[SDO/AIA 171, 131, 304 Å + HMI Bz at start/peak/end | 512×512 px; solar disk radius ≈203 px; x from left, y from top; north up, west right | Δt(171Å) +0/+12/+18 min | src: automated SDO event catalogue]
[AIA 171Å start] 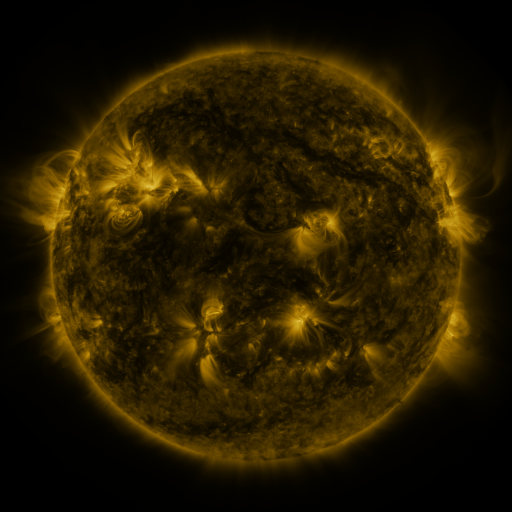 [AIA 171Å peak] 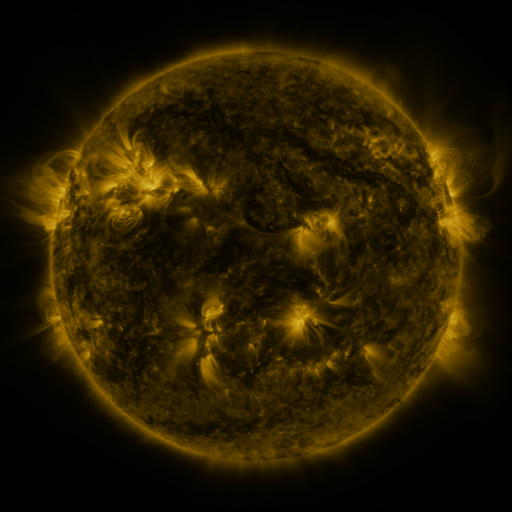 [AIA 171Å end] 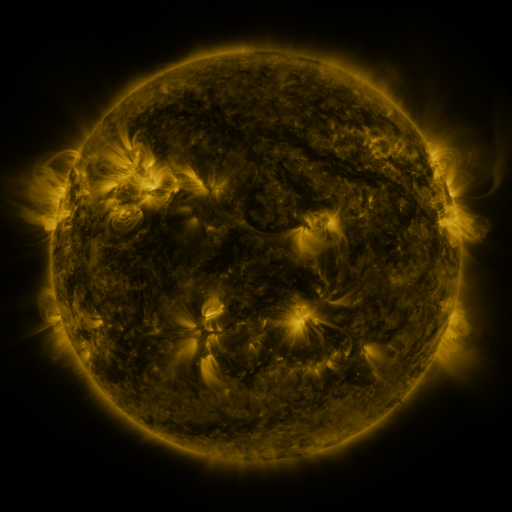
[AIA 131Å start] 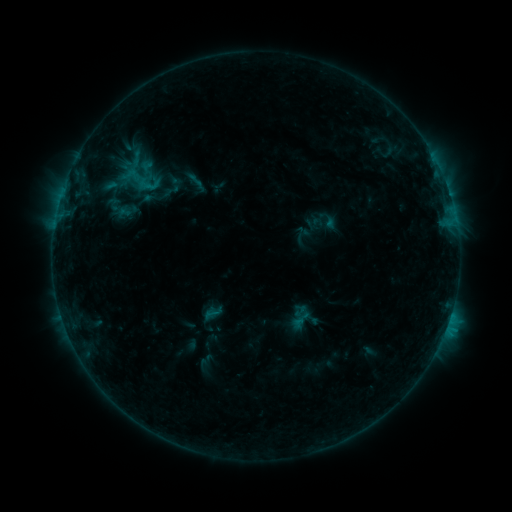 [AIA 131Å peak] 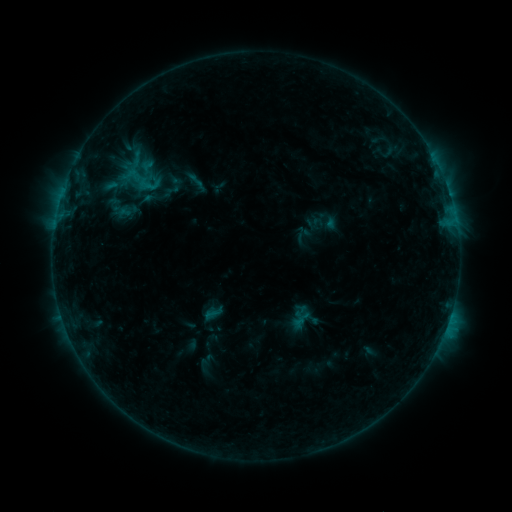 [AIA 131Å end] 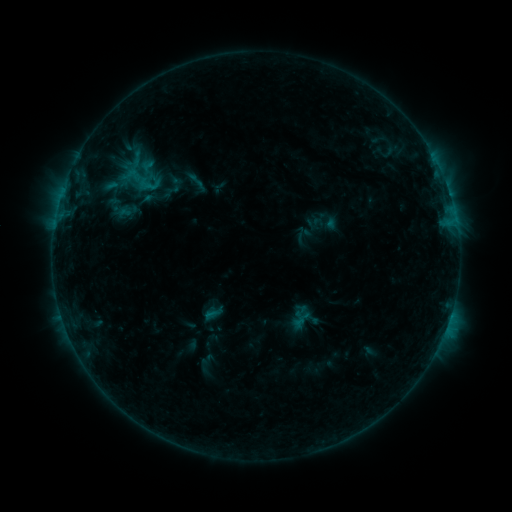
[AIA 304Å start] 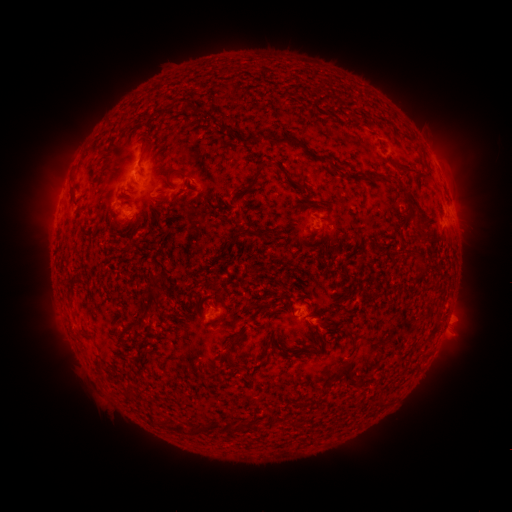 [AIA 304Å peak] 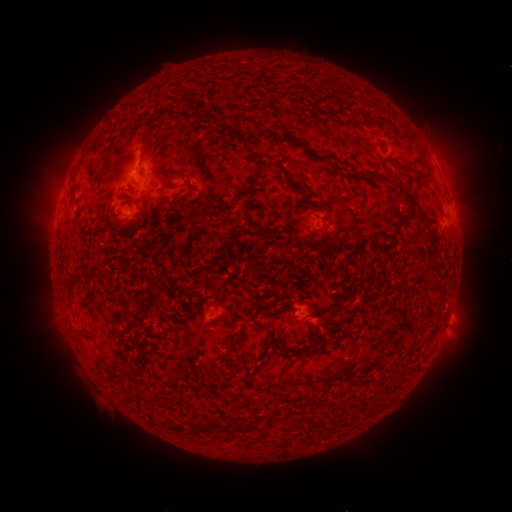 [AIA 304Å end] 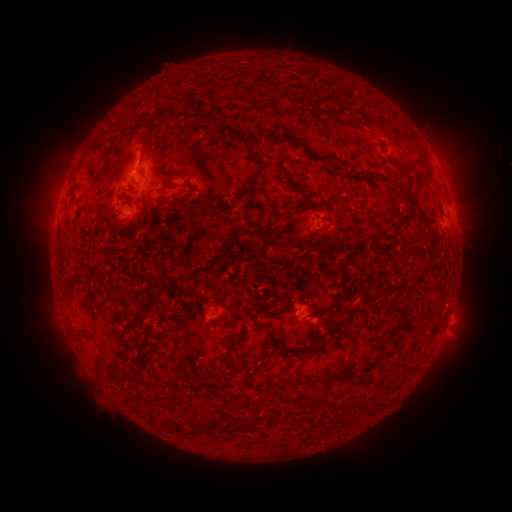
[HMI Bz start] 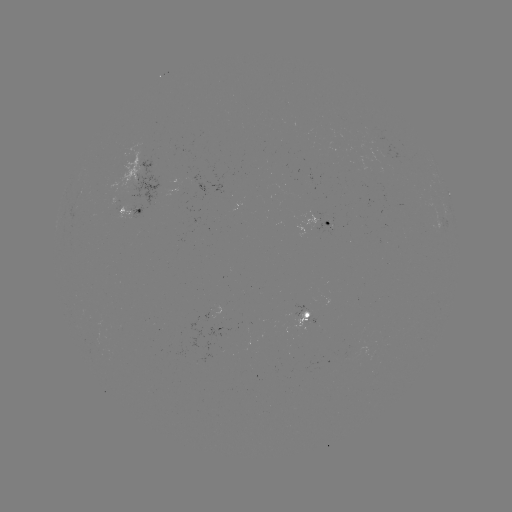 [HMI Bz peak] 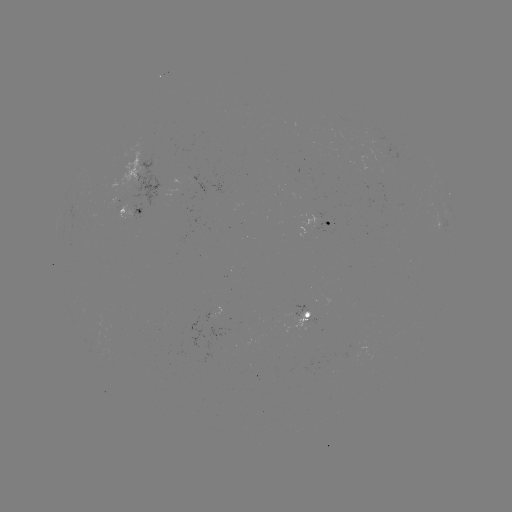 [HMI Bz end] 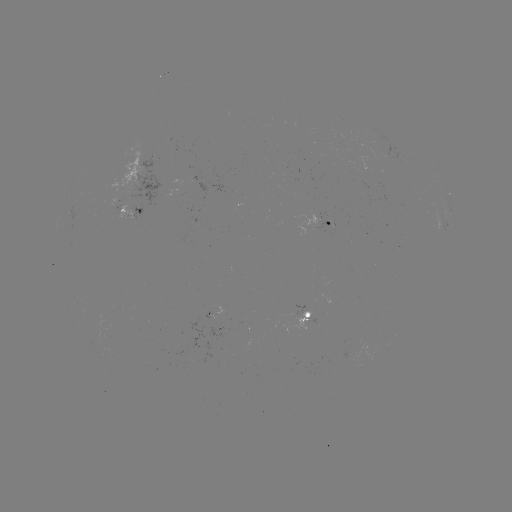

no classed flare was catalogued and no EUV brightening was flagged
